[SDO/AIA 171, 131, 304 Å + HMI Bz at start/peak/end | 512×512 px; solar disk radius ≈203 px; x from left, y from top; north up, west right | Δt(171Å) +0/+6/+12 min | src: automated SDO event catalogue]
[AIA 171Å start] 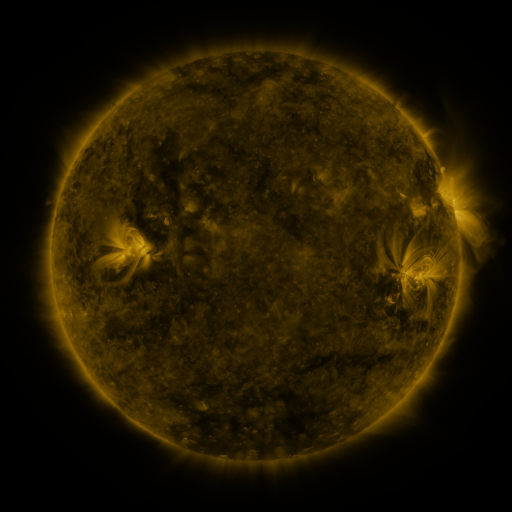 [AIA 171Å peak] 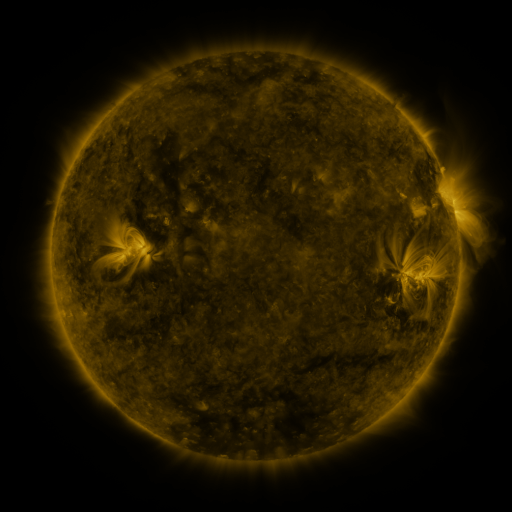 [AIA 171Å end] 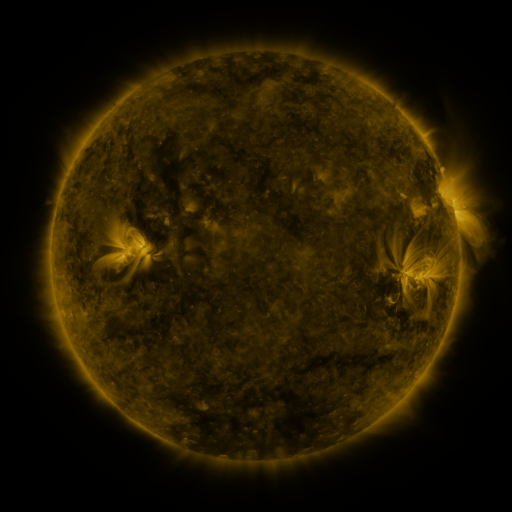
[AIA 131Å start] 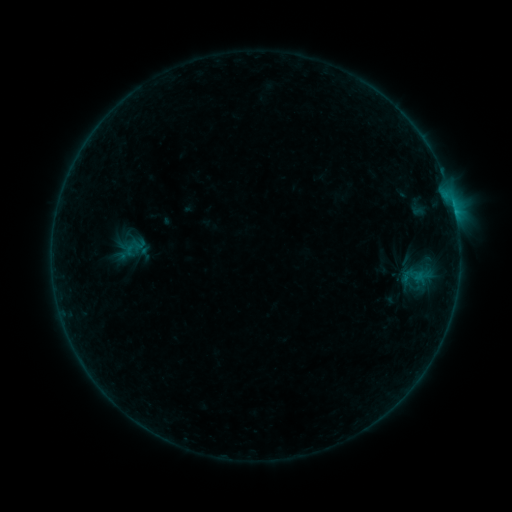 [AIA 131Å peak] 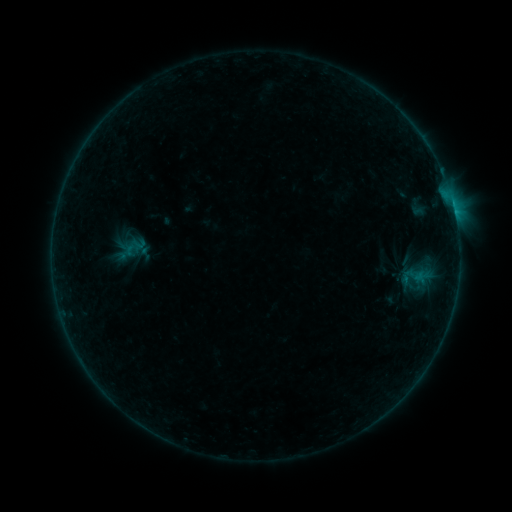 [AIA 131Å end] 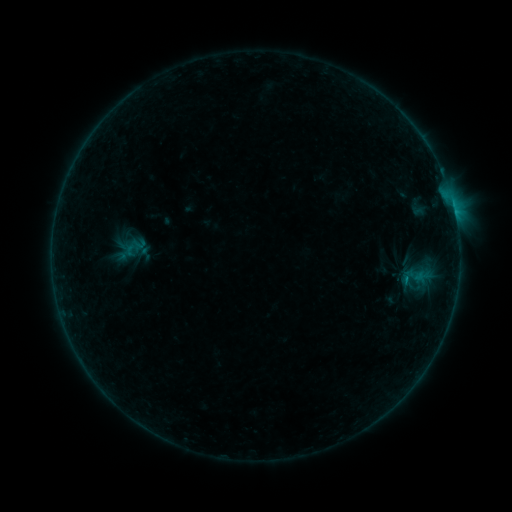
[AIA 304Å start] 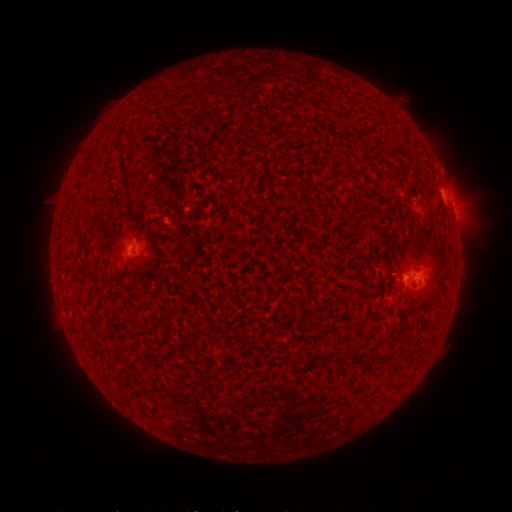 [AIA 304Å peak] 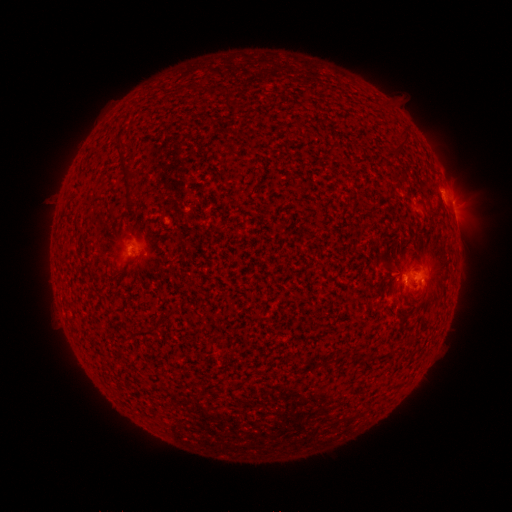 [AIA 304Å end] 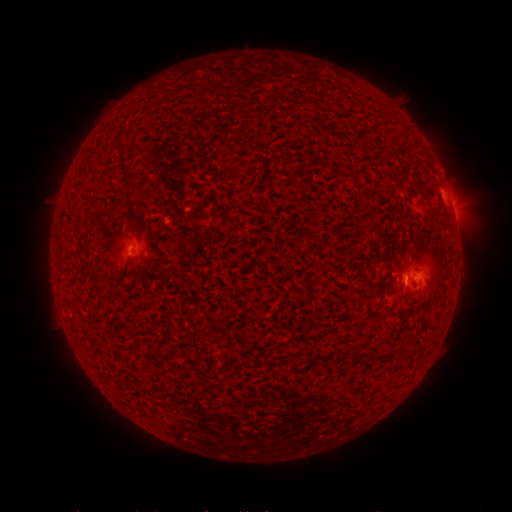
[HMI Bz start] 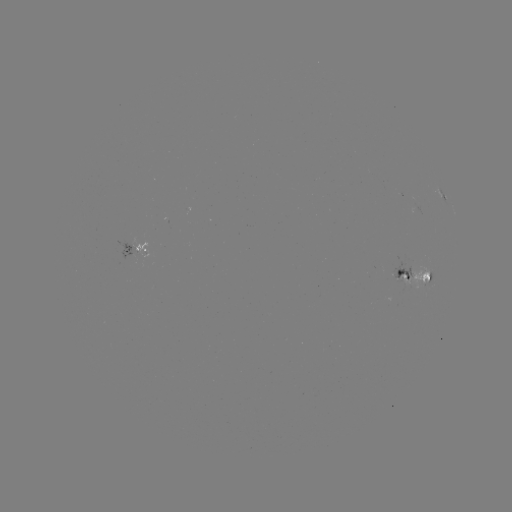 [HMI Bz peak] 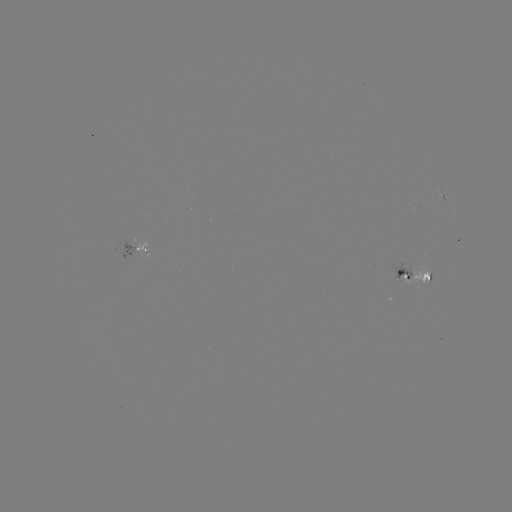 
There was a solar flare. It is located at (405, 276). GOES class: B5.7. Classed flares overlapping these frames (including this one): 1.